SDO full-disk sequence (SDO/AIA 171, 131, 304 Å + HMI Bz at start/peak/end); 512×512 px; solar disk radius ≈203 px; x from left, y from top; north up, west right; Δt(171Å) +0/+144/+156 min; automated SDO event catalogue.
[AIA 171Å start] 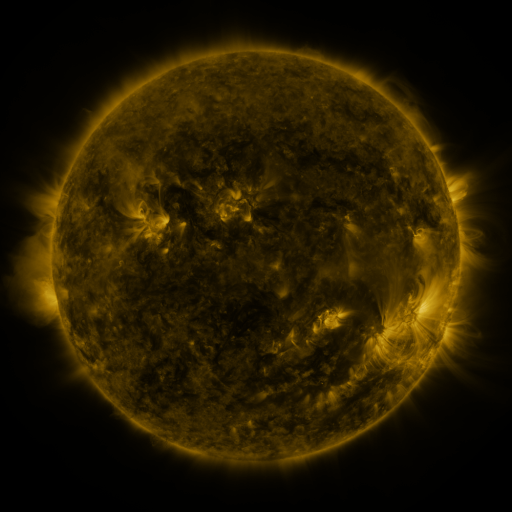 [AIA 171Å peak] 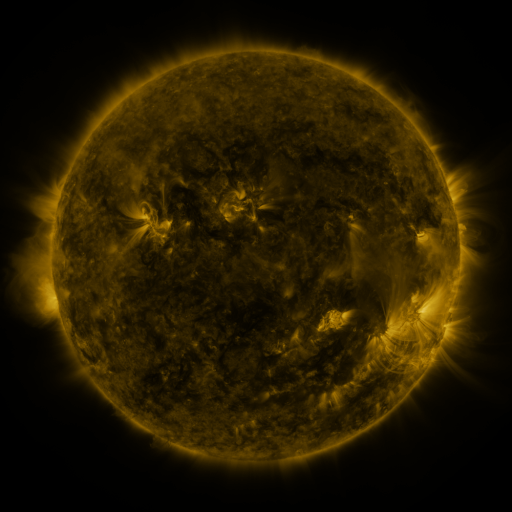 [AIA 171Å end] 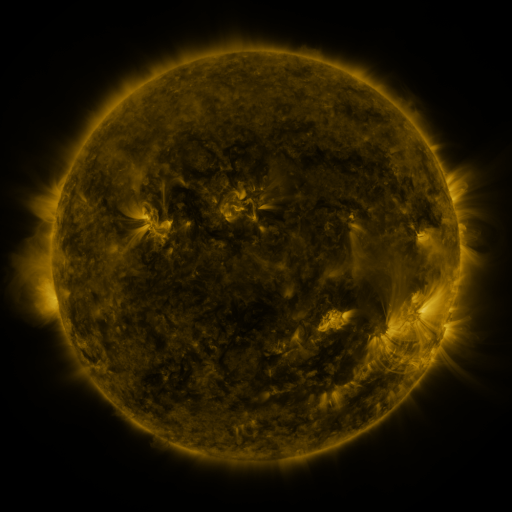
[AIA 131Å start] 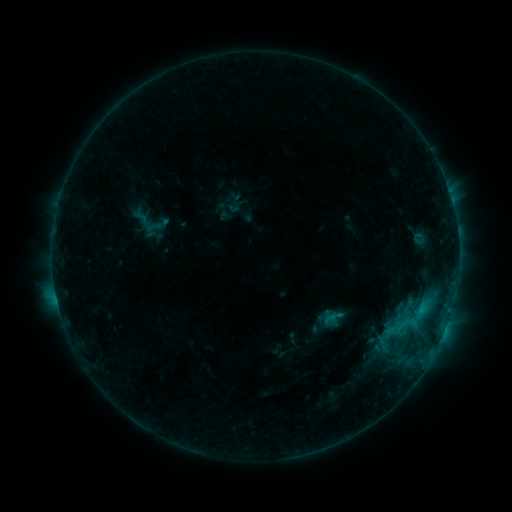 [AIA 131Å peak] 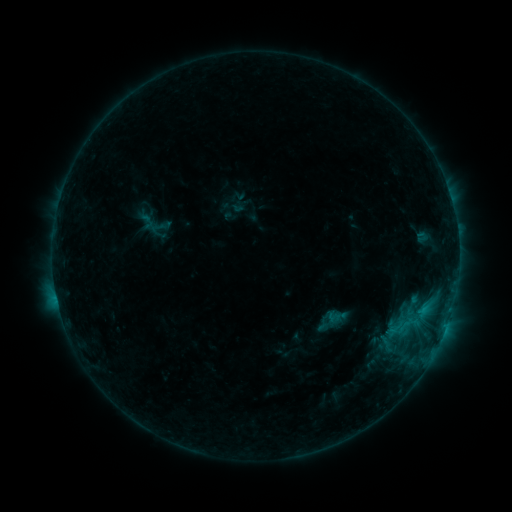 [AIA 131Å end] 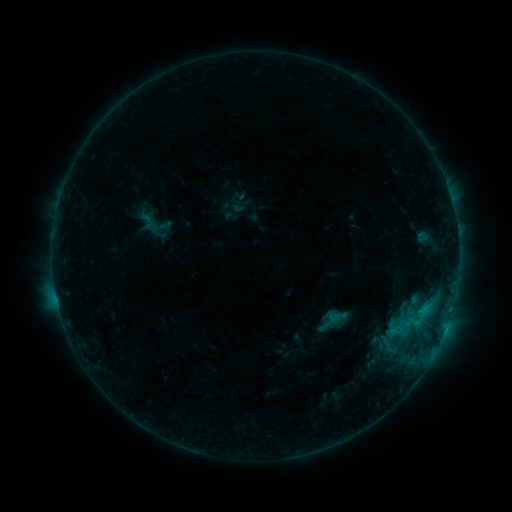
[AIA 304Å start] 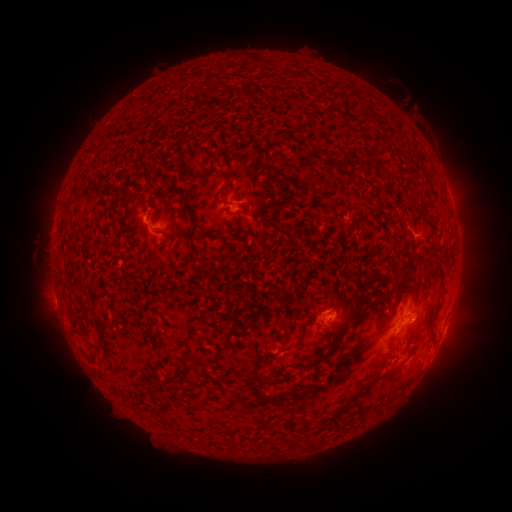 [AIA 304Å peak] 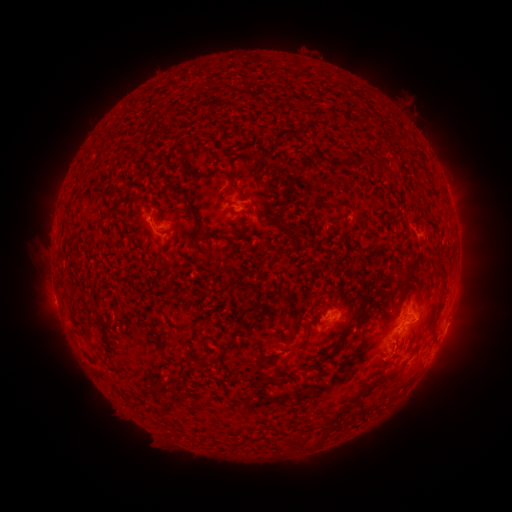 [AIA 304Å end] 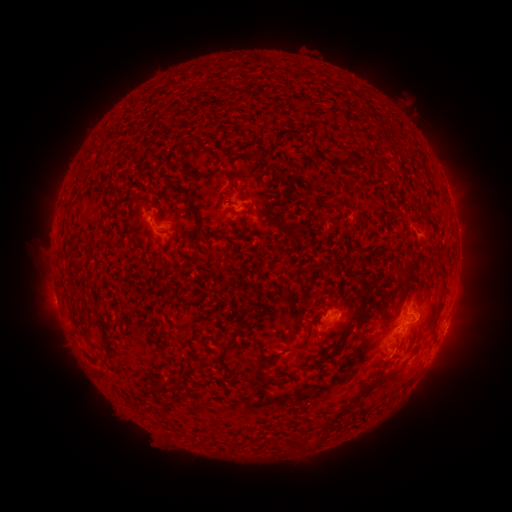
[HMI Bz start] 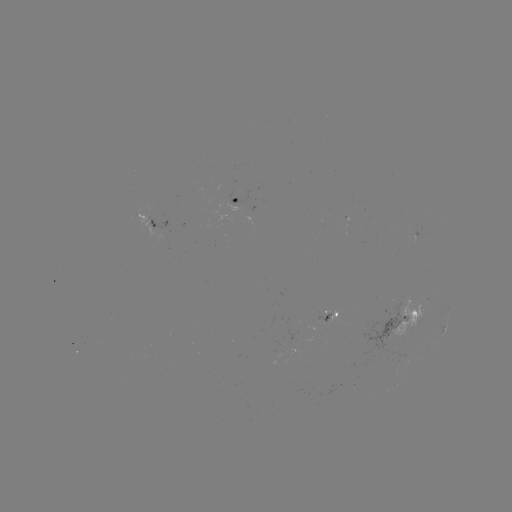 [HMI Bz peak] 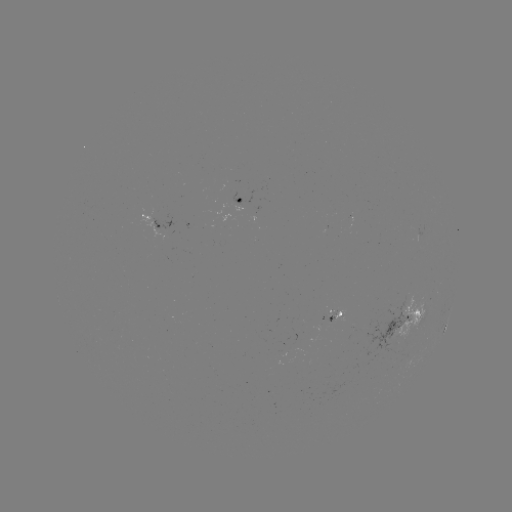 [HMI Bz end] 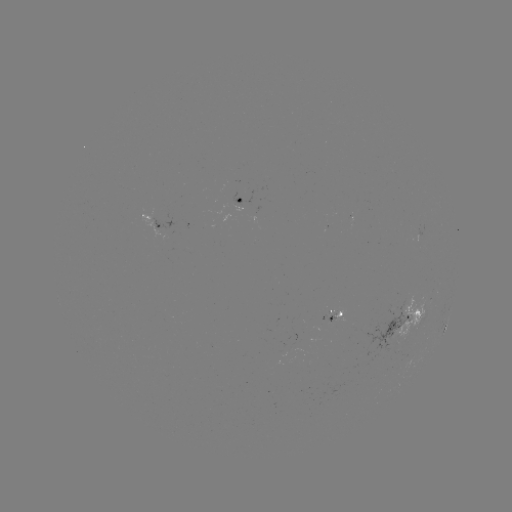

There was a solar emerging-flux region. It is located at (329, 320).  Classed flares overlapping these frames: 1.